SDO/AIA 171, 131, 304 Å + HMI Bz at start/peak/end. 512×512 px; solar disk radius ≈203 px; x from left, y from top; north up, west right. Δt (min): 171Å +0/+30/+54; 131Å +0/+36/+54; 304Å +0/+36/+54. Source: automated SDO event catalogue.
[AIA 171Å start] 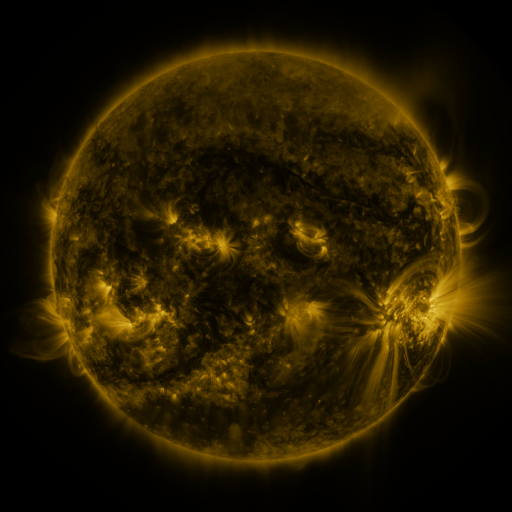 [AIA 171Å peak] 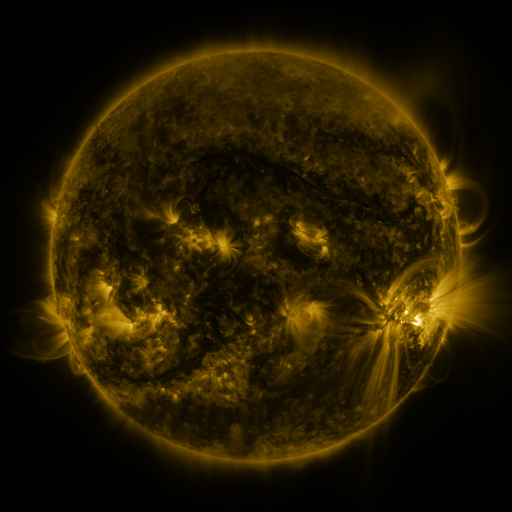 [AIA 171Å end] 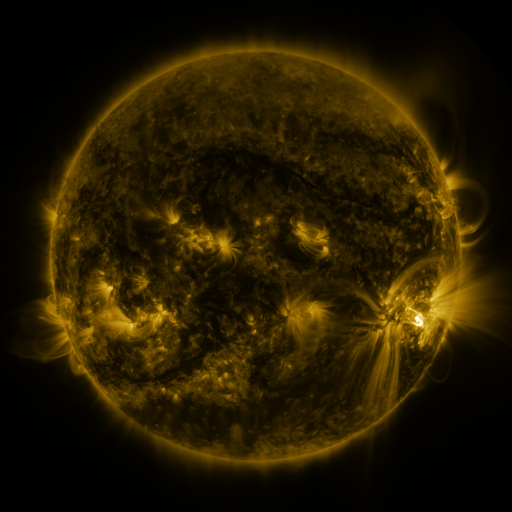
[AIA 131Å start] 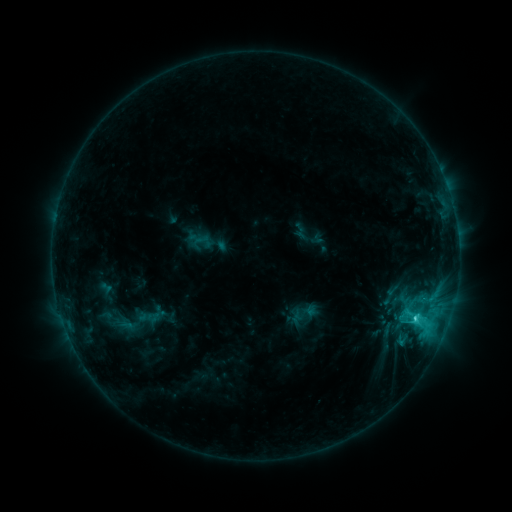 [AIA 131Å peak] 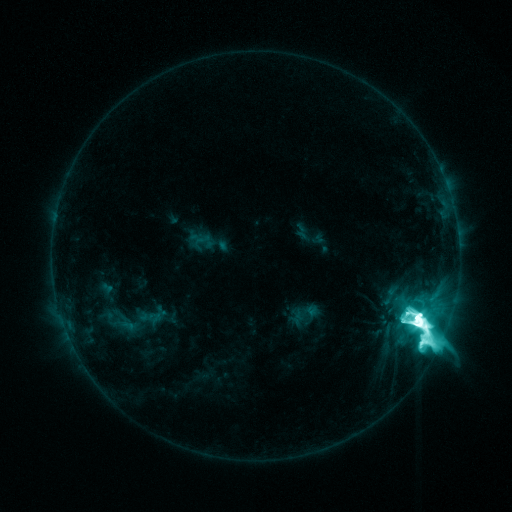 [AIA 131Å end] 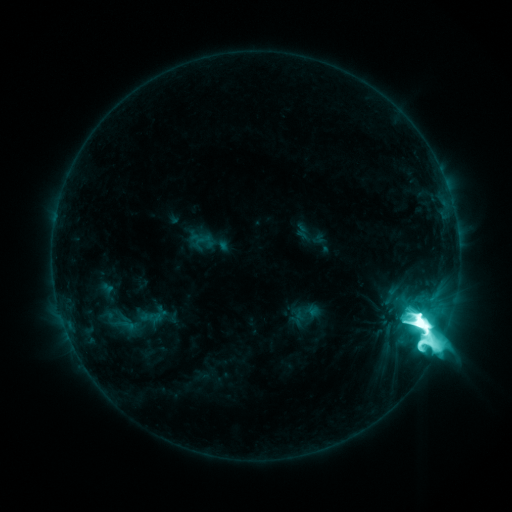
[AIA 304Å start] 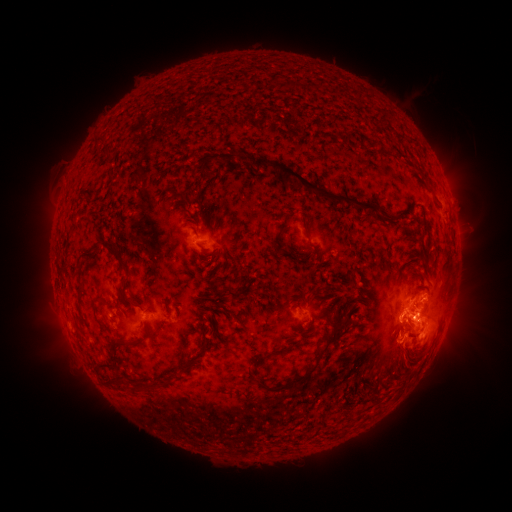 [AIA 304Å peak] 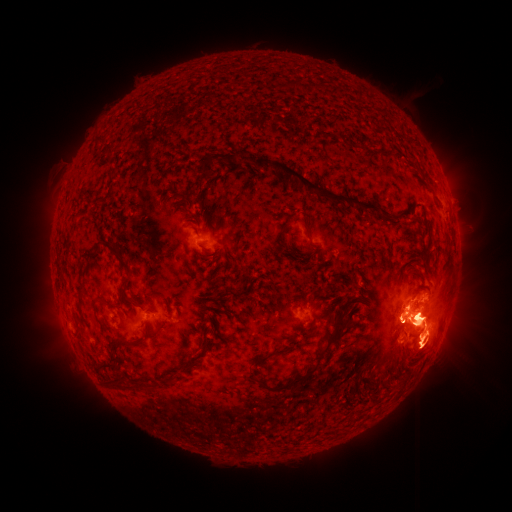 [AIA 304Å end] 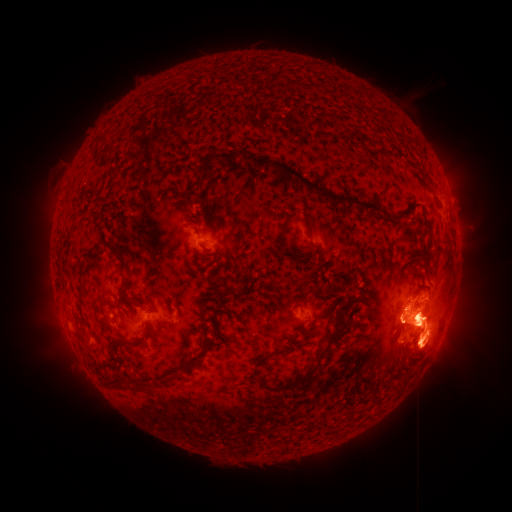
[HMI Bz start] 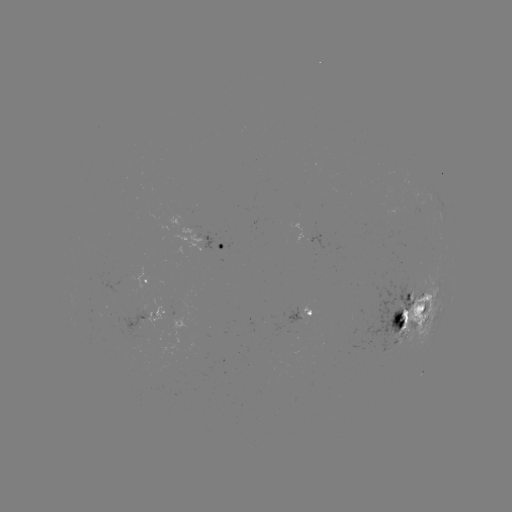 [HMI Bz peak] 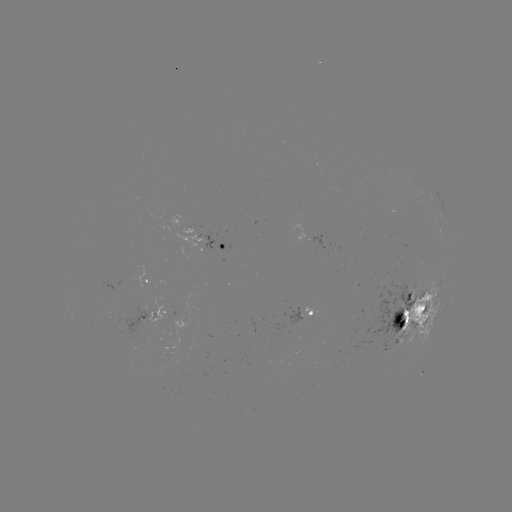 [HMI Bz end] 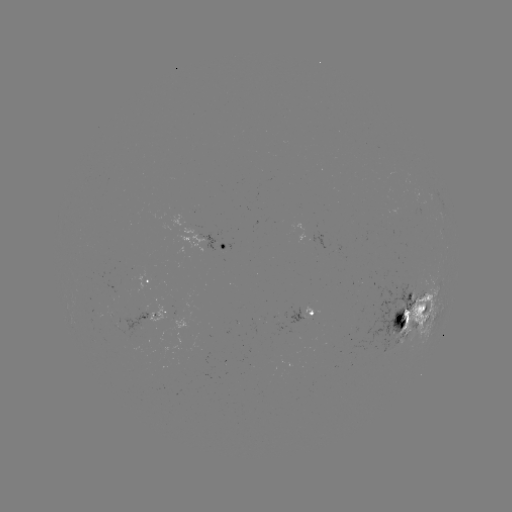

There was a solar flare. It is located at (418, 321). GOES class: X2.0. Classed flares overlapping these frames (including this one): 1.